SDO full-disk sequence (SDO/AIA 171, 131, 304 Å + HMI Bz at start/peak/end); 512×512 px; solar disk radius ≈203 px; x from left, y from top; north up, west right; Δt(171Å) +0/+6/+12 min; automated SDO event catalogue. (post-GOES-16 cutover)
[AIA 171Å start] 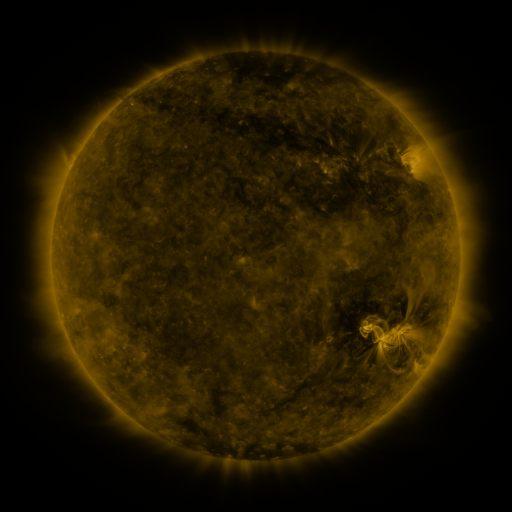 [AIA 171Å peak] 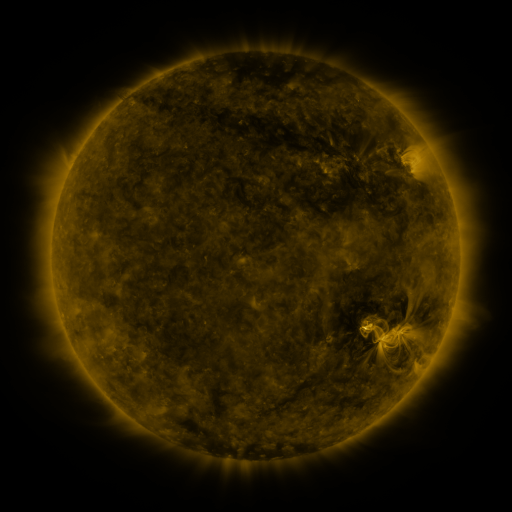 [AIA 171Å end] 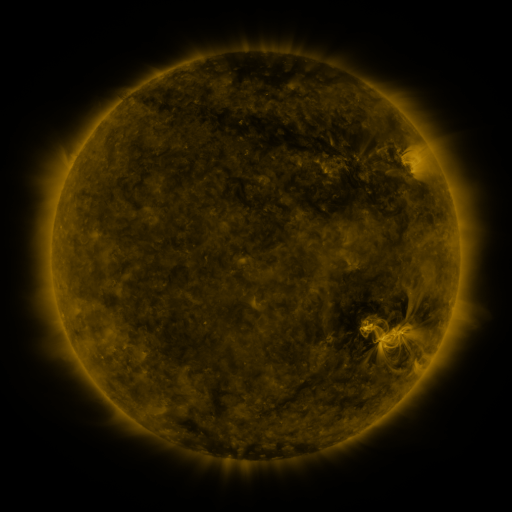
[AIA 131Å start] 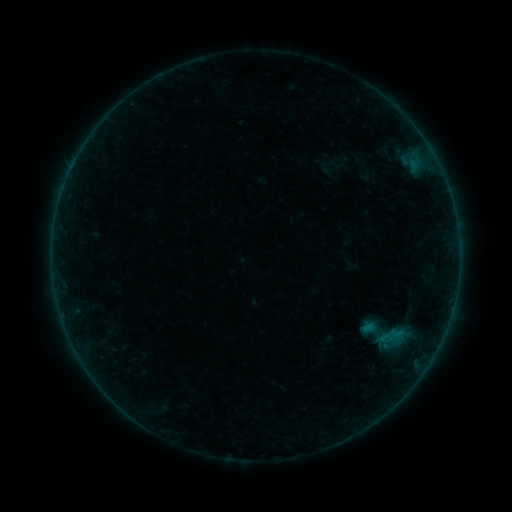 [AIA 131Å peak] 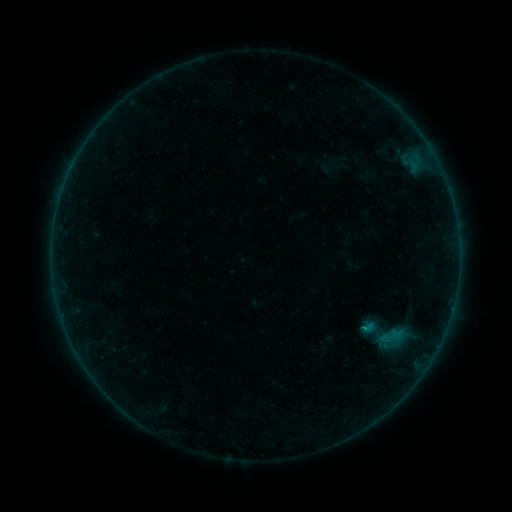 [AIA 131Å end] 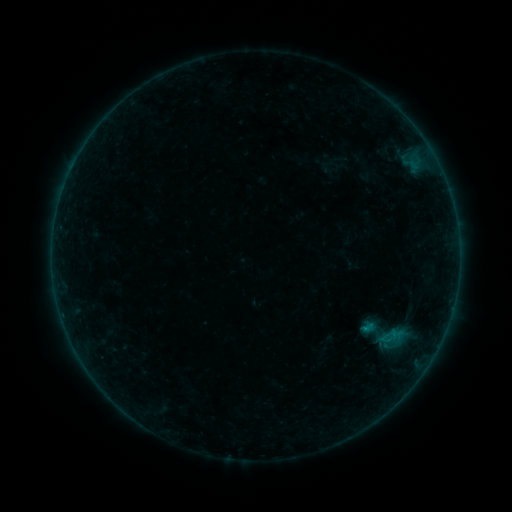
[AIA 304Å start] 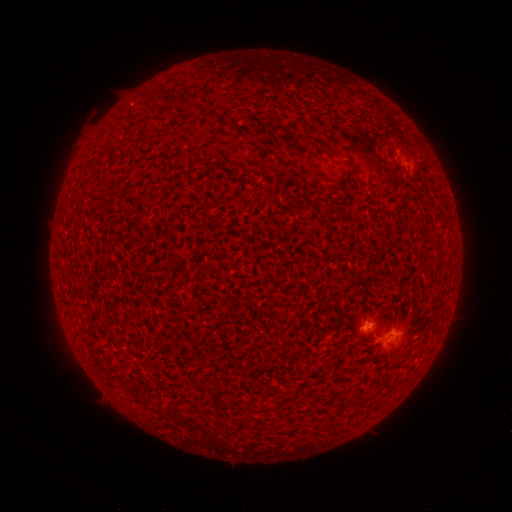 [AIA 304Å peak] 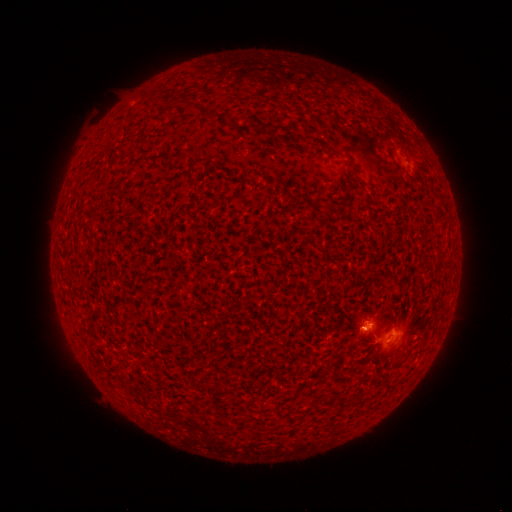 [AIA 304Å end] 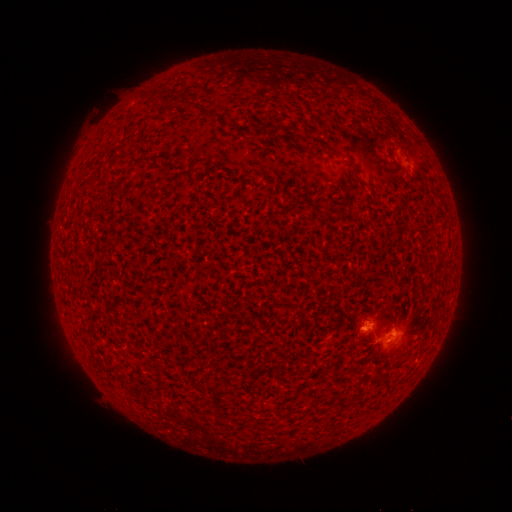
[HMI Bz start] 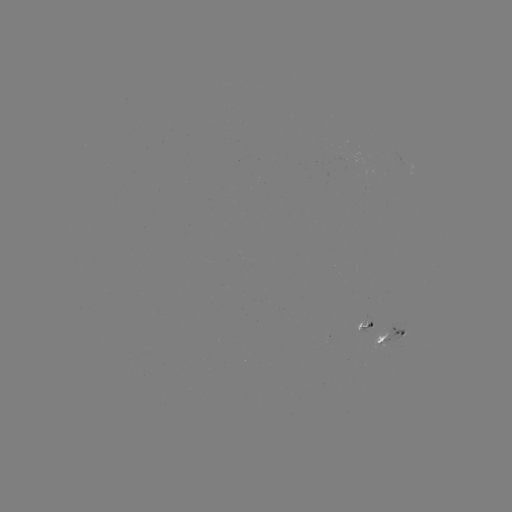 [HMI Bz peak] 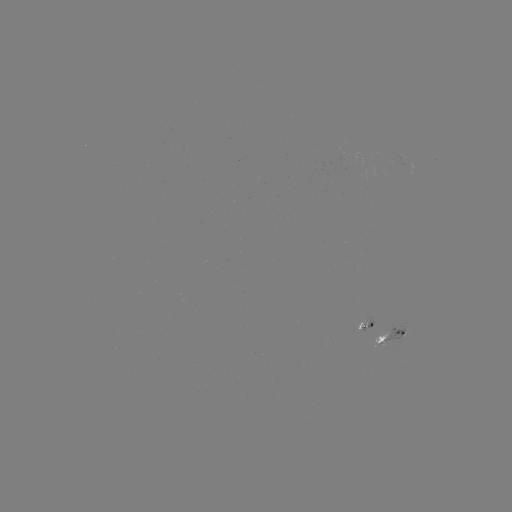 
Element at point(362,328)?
B3.1 flare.